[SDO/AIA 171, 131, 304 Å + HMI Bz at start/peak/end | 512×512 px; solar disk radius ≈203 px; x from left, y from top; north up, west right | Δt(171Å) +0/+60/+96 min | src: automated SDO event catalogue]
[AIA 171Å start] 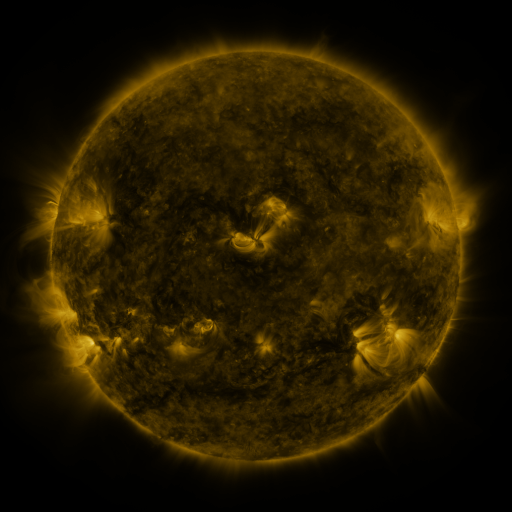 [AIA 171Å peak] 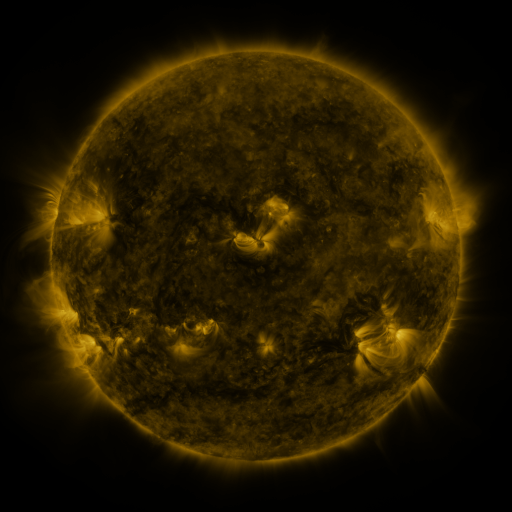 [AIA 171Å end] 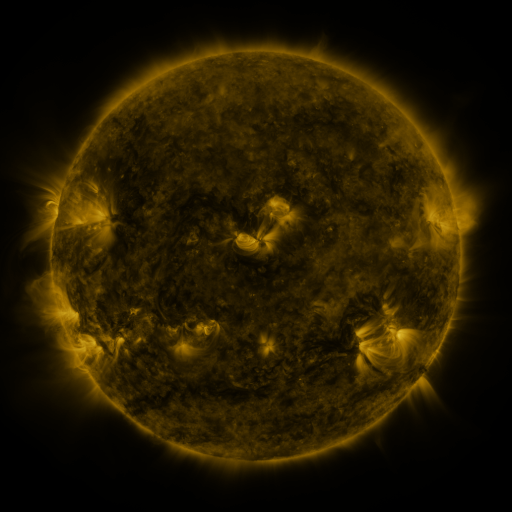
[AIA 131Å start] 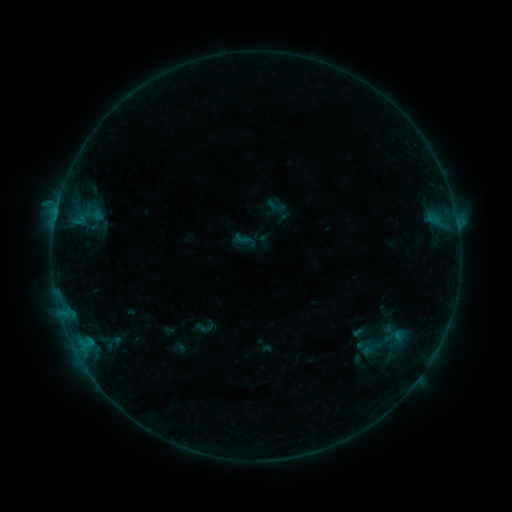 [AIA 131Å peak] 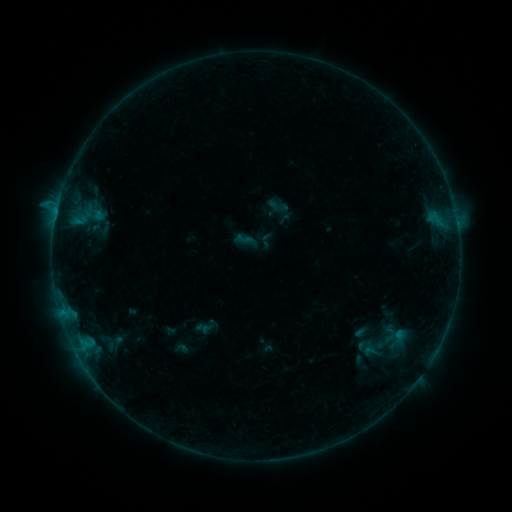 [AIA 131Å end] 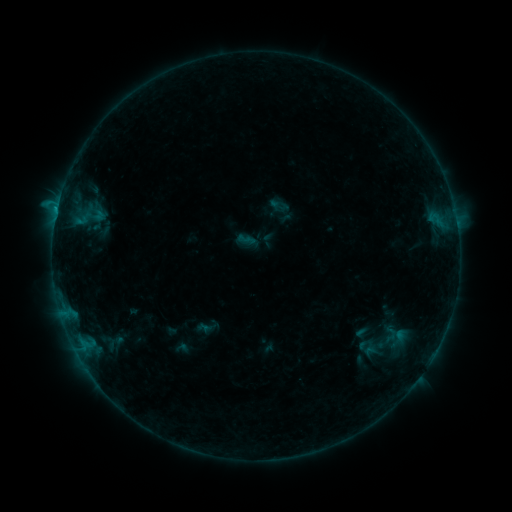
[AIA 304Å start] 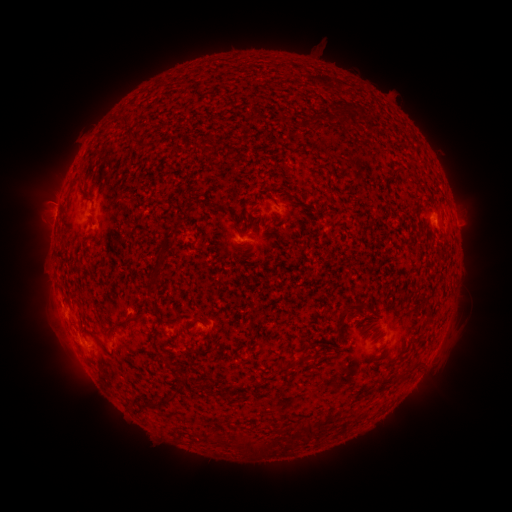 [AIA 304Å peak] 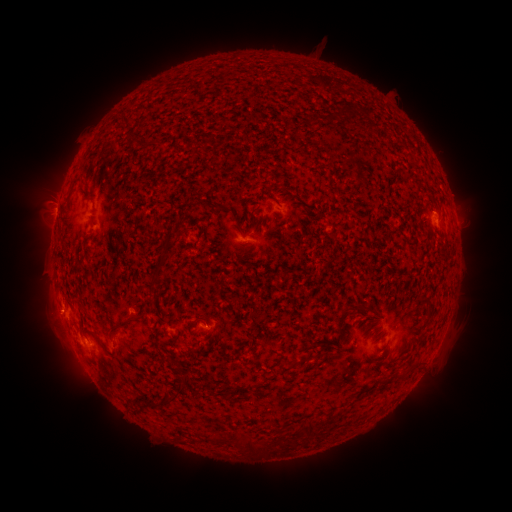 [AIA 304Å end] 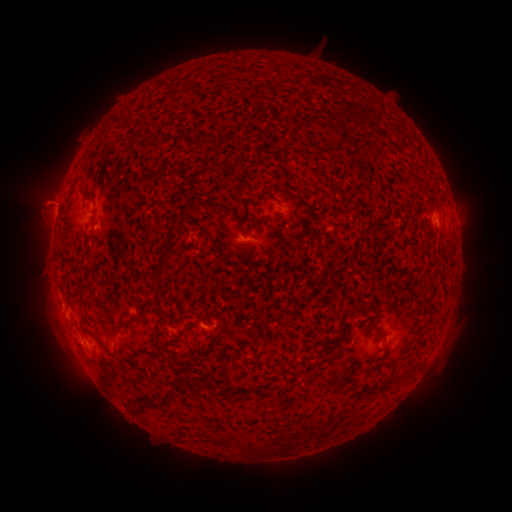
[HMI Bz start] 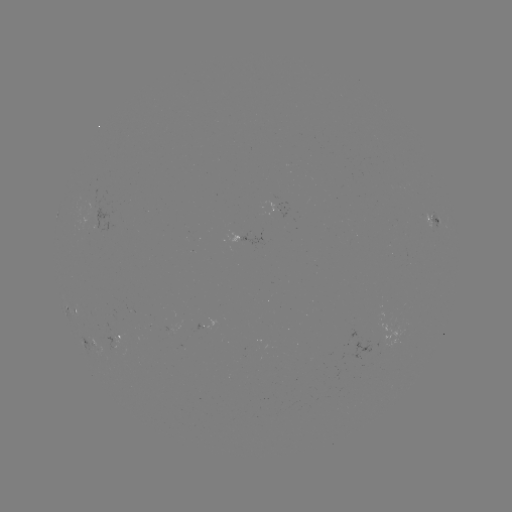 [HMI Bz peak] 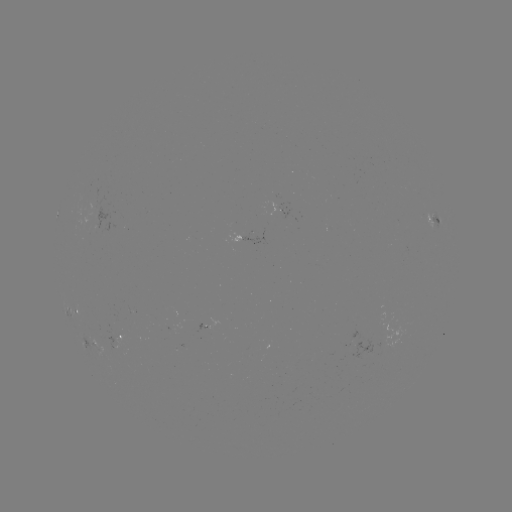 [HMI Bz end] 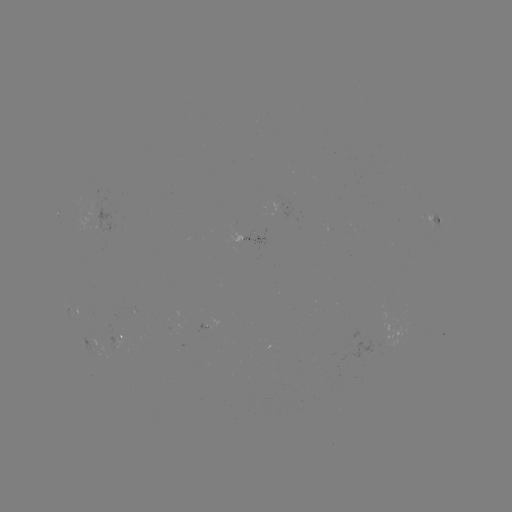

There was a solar emerging-flux region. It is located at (100, 219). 